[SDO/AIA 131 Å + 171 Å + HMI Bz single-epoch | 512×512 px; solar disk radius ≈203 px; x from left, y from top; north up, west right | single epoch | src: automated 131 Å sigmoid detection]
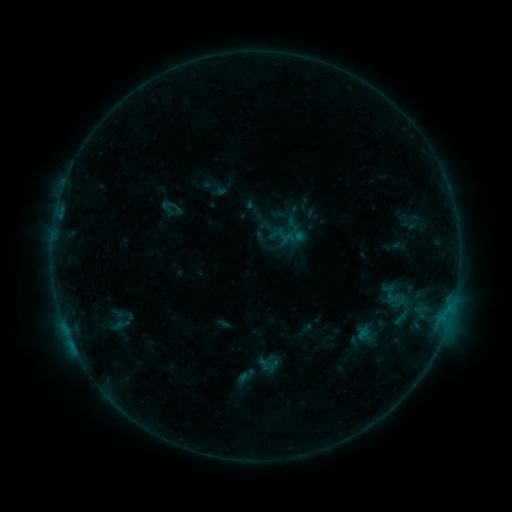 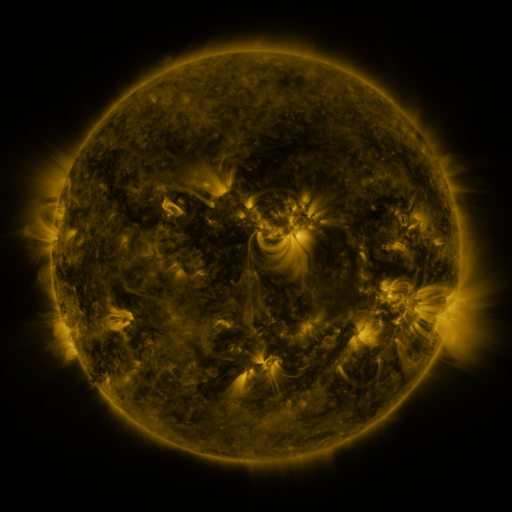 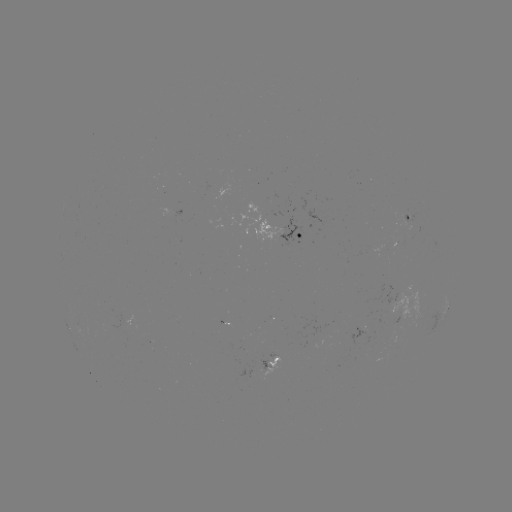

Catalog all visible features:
sigmoid: <bbox>390, 292, 408, 311</bbox>
sigmoid: <bbox>258, 350, 281, 373</bbox>
